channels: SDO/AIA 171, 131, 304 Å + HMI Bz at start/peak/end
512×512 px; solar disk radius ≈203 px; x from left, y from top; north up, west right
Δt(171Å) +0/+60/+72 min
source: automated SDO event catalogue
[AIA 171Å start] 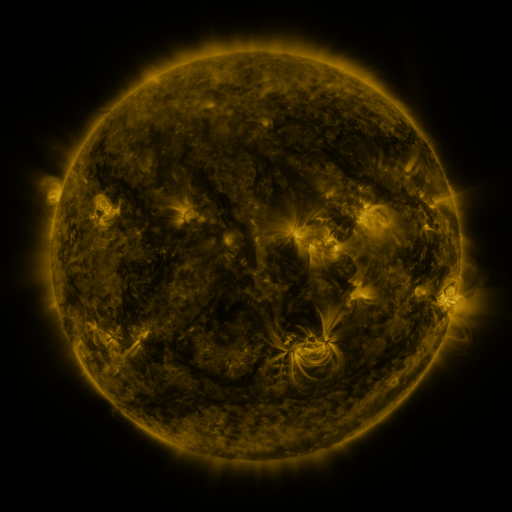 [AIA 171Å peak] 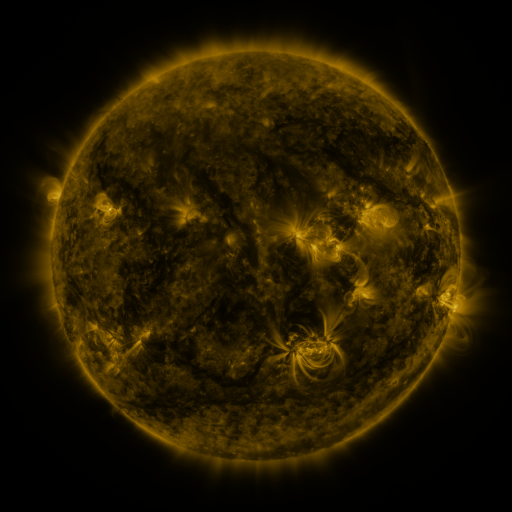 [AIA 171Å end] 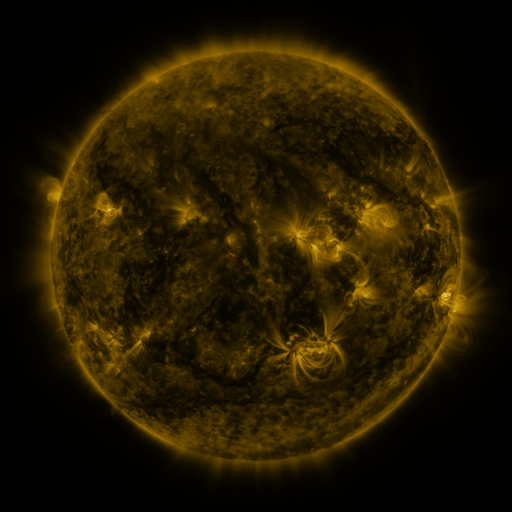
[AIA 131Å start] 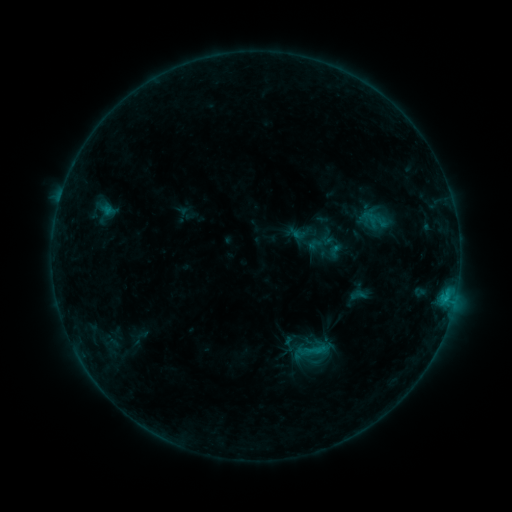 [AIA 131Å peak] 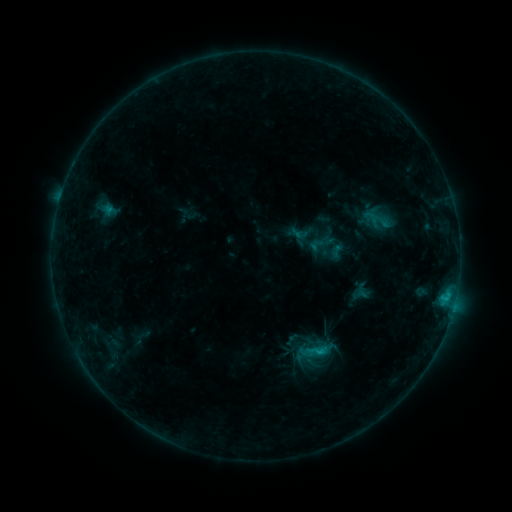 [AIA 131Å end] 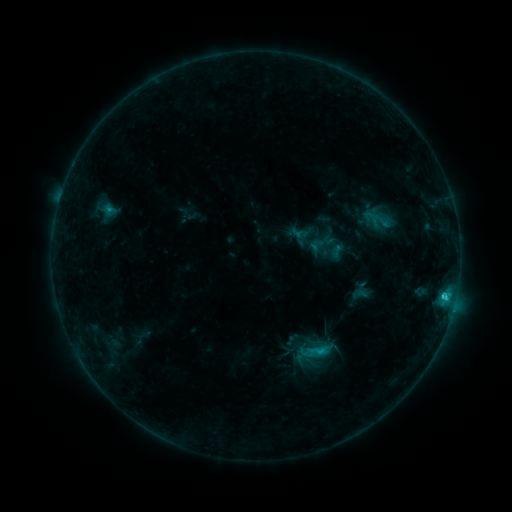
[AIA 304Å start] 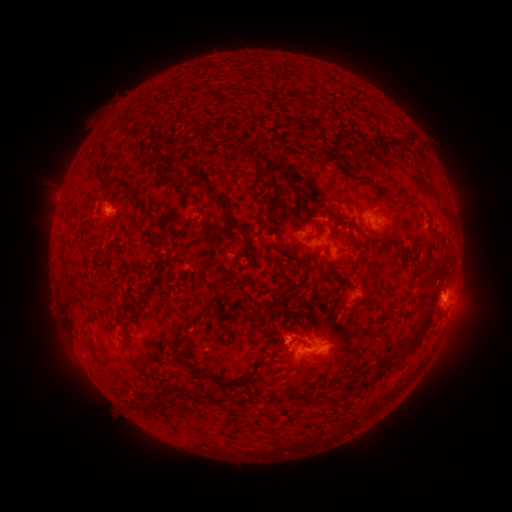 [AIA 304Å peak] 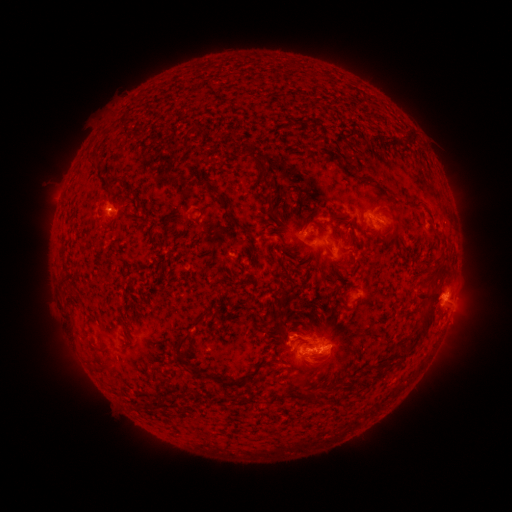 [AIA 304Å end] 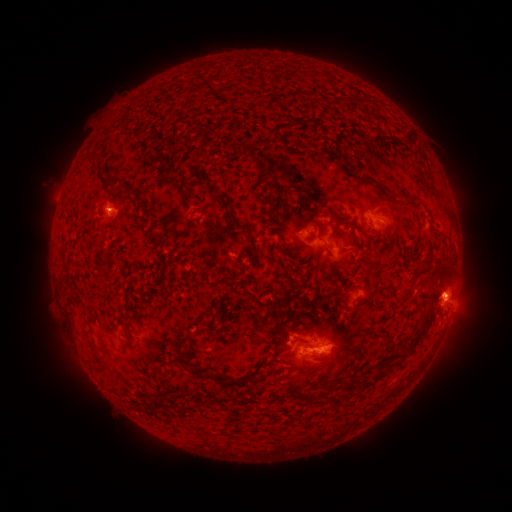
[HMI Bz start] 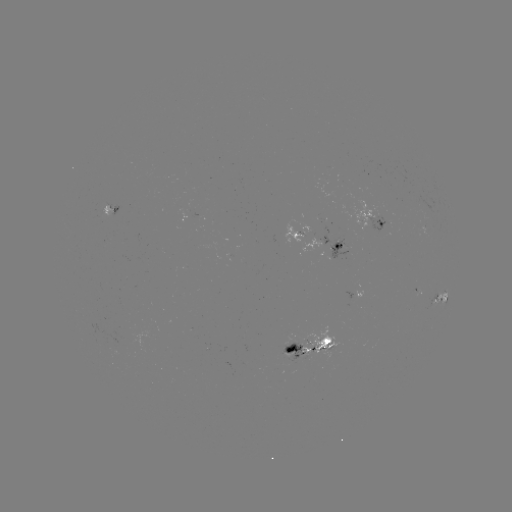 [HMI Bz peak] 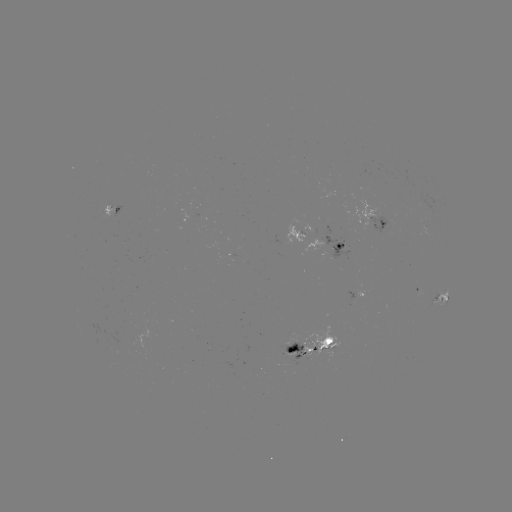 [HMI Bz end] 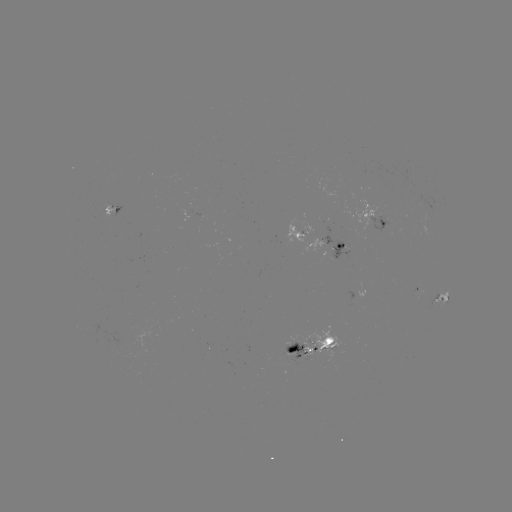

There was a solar emerging-flux region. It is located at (296, 346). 